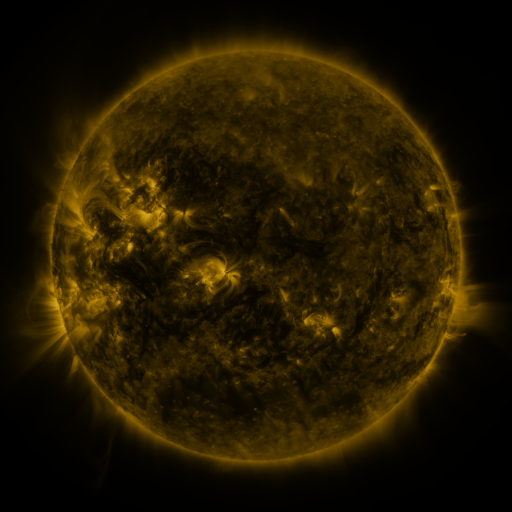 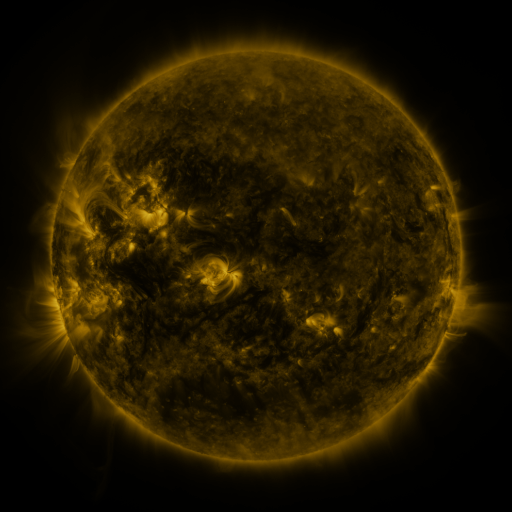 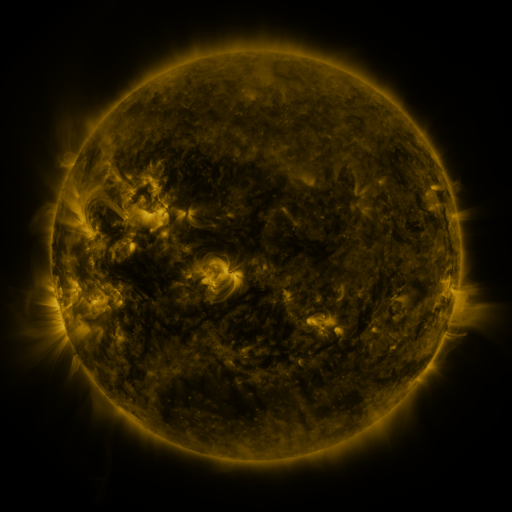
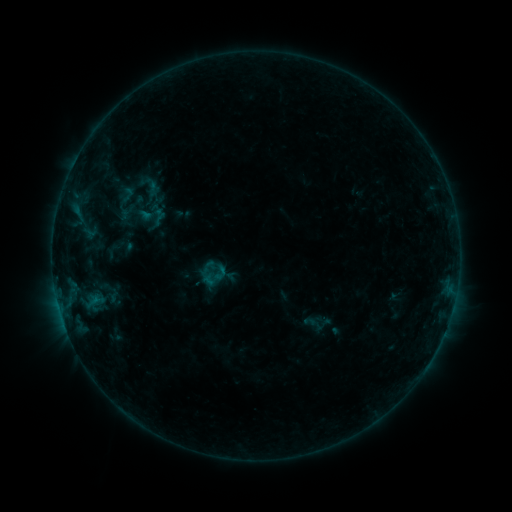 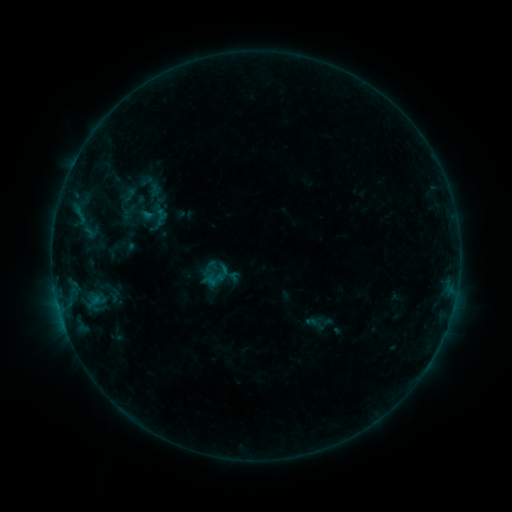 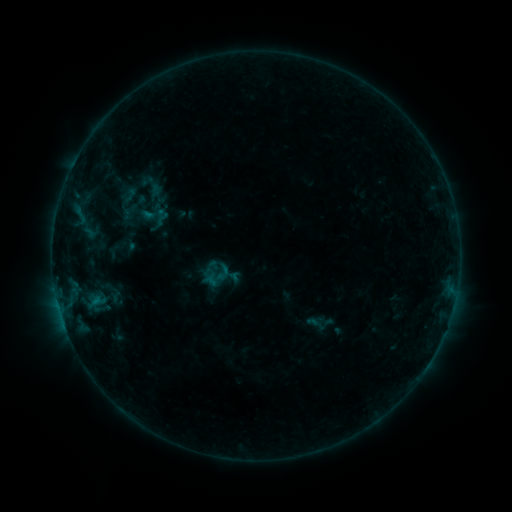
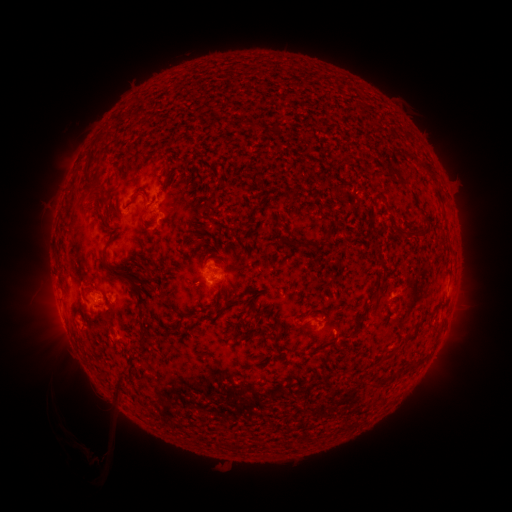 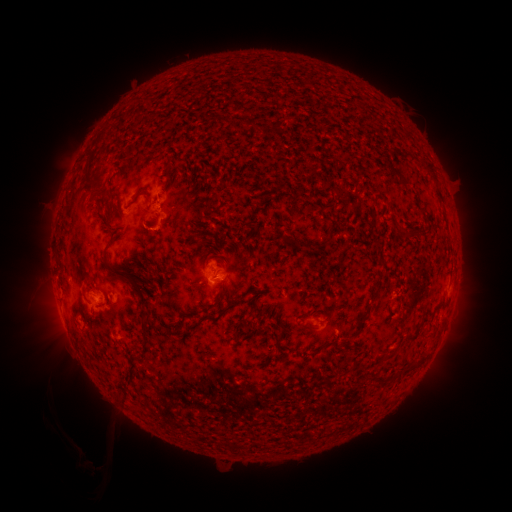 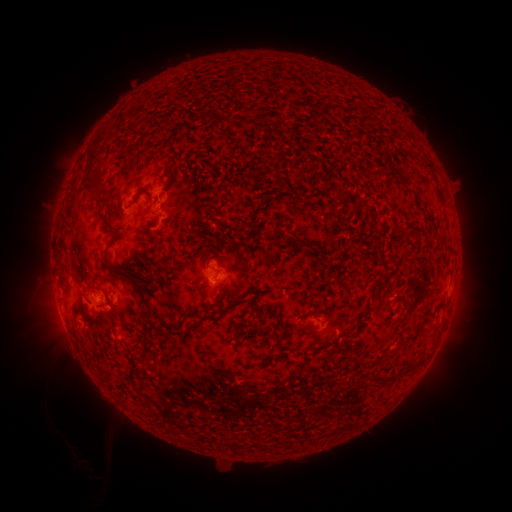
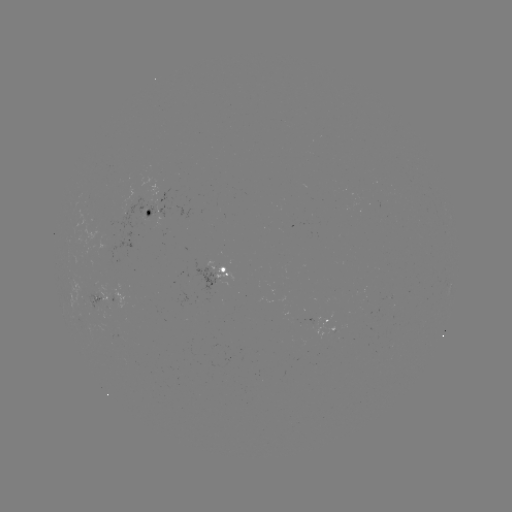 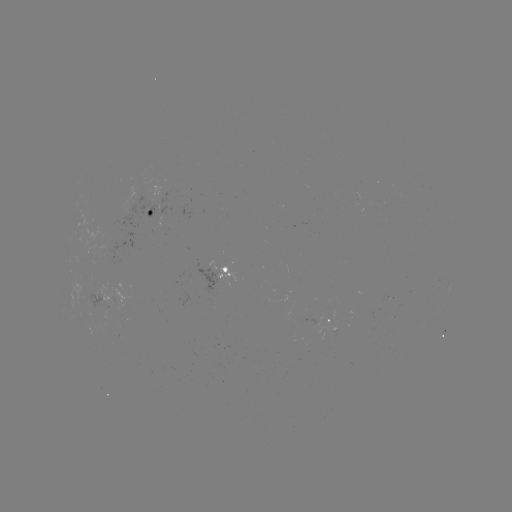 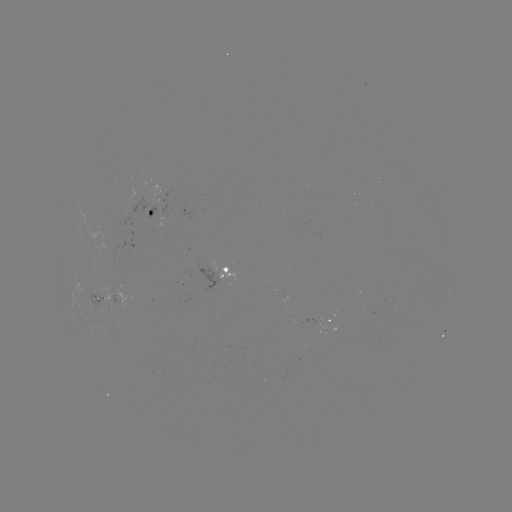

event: emerging-flux region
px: (107, 300)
